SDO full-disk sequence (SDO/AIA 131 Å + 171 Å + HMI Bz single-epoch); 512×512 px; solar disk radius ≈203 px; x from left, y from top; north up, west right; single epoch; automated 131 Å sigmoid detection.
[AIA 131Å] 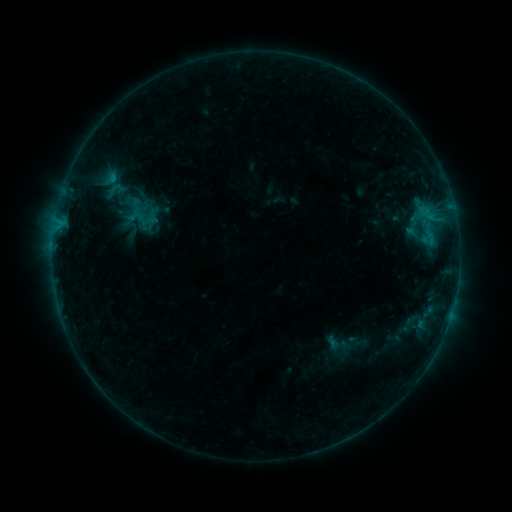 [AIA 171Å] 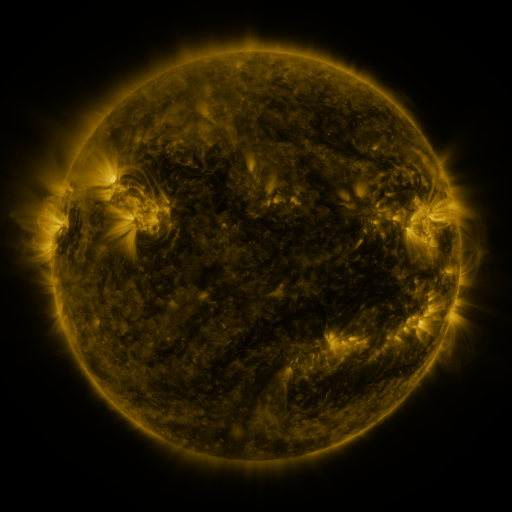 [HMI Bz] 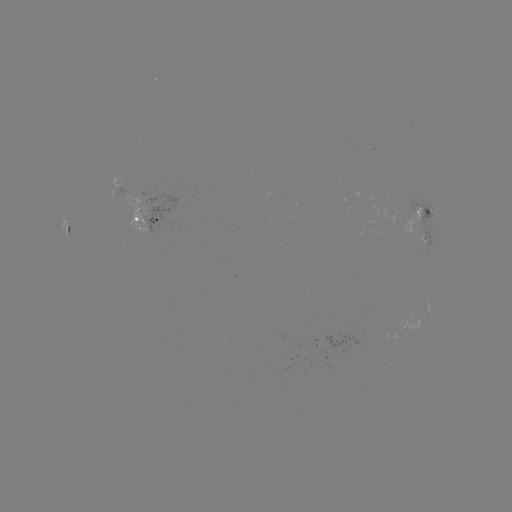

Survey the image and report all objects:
sigmoid: <bbox>328, 335, 350, 357</bbox>
